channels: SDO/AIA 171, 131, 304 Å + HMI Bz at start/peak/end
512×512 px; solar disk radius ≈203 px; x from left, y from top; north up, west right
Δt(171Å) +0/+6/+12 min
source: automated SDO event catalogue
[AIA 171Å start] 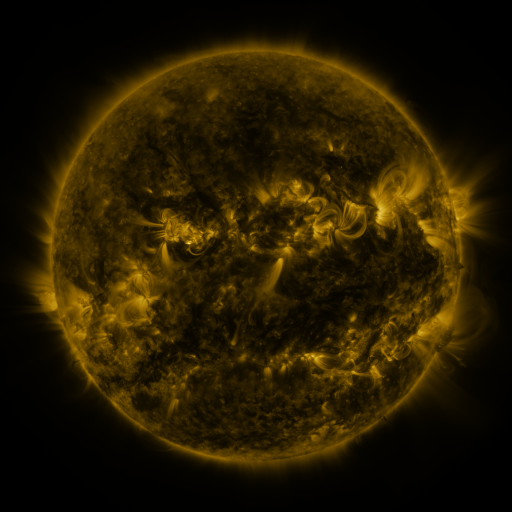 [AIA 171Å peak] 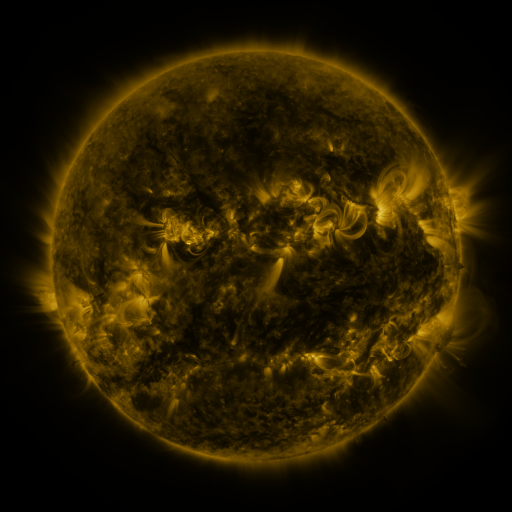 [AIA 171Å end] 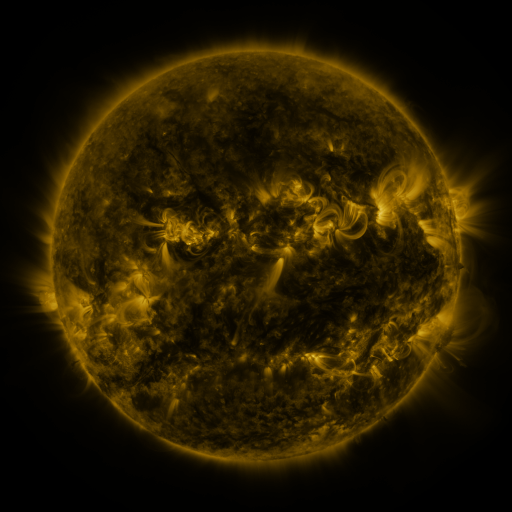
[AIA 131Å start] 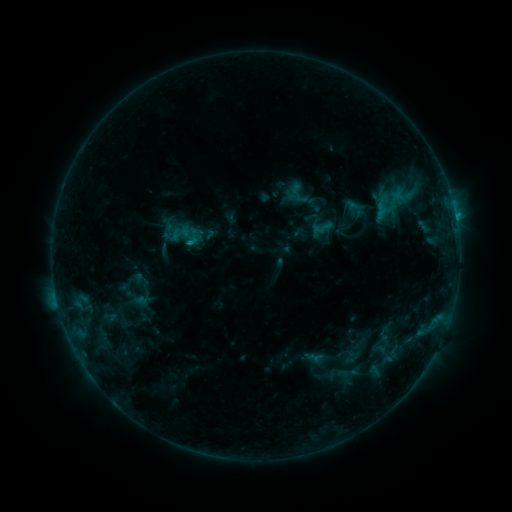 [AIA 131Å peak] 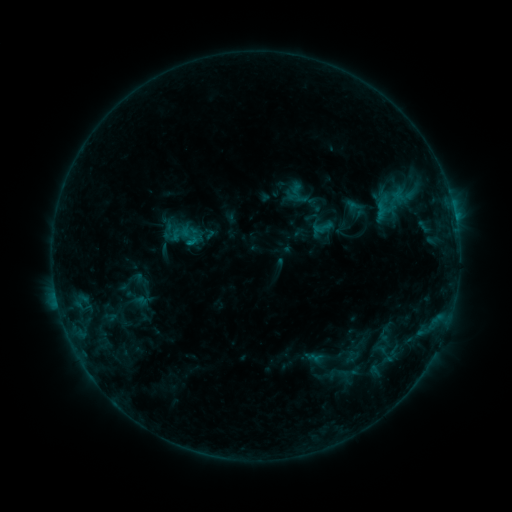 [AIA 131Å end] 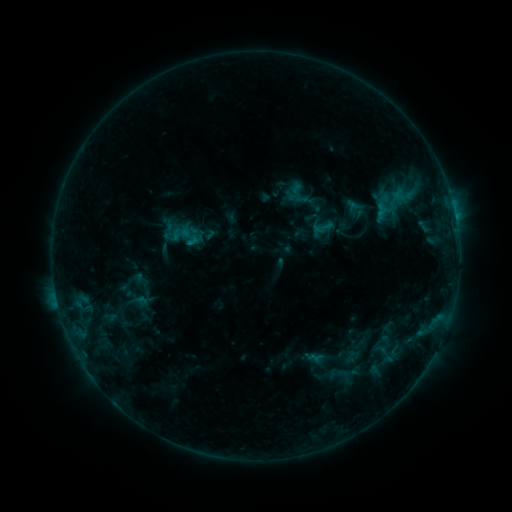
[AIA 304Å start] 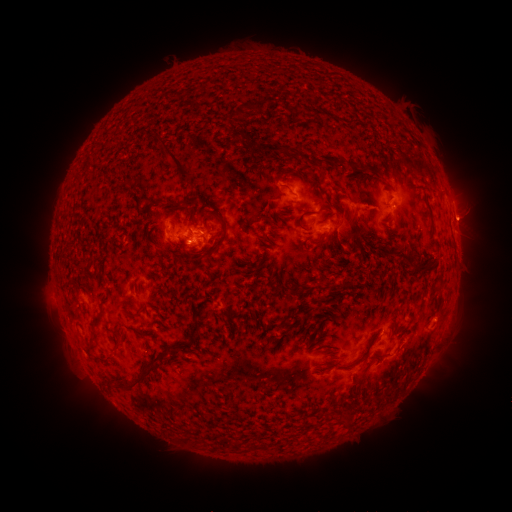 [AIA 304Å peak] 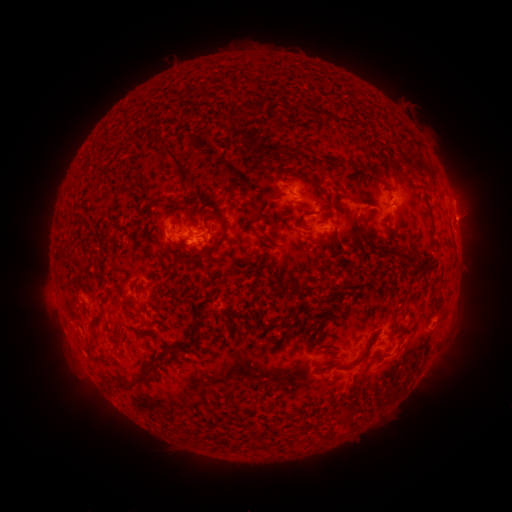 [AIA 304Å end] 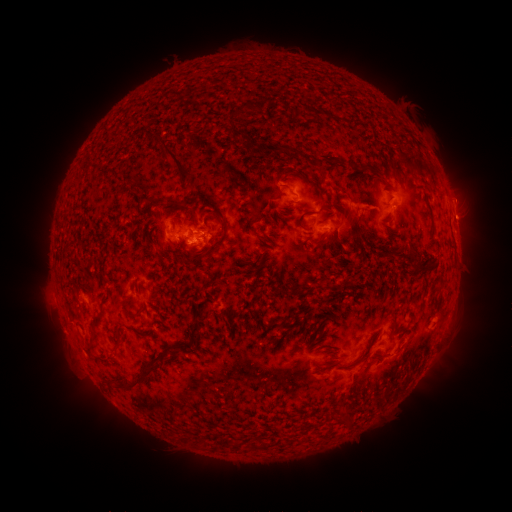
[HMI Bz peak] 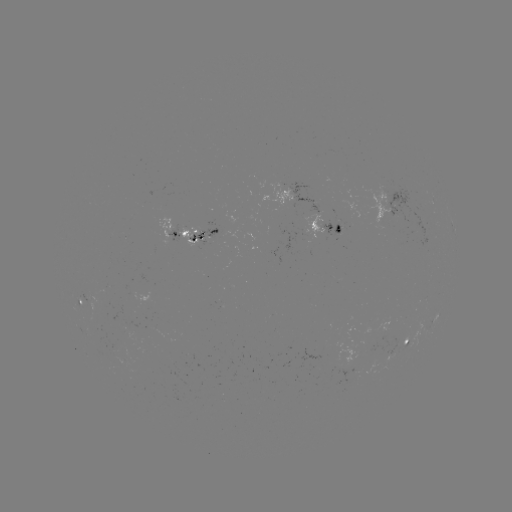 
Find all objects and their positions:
eruption: (464, 197)
